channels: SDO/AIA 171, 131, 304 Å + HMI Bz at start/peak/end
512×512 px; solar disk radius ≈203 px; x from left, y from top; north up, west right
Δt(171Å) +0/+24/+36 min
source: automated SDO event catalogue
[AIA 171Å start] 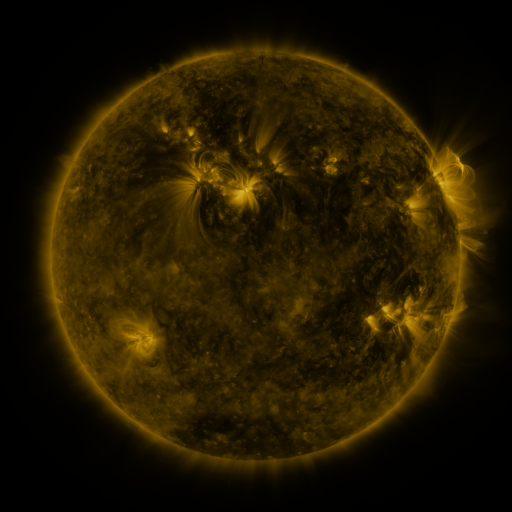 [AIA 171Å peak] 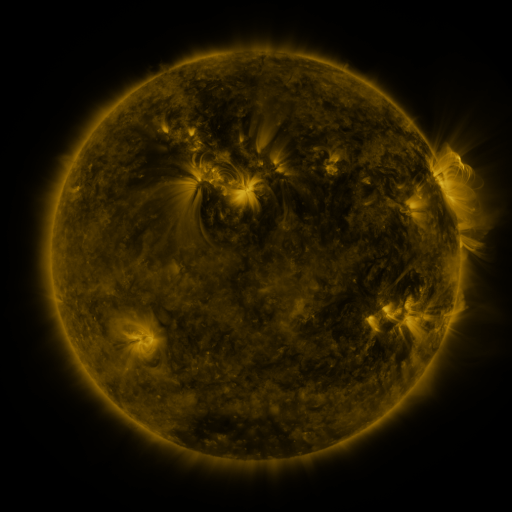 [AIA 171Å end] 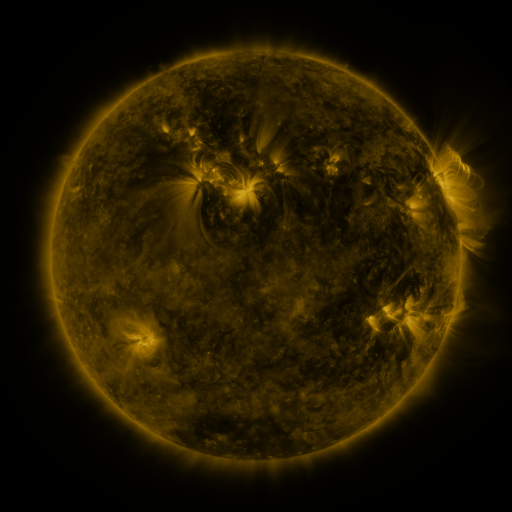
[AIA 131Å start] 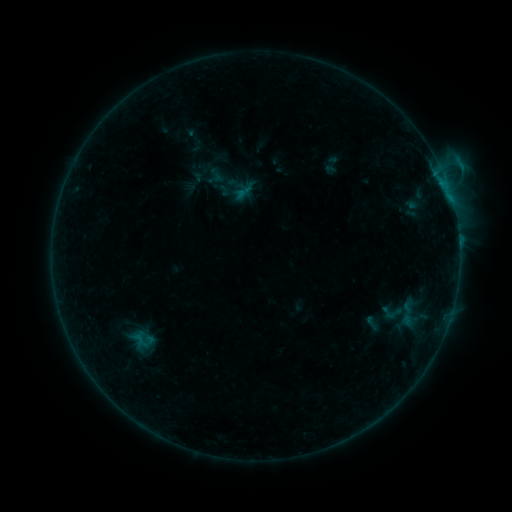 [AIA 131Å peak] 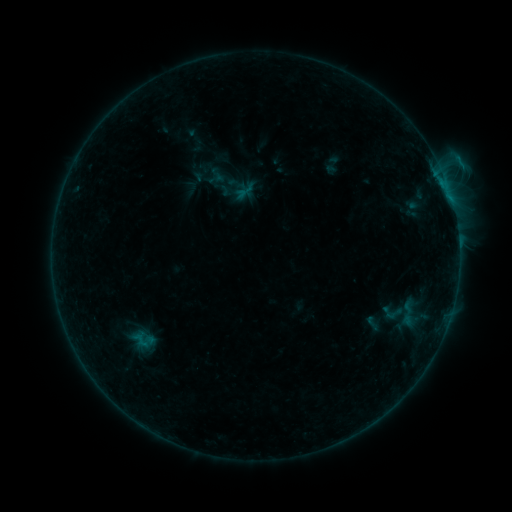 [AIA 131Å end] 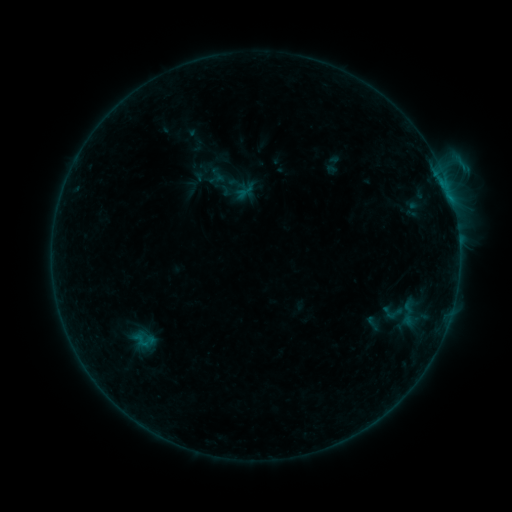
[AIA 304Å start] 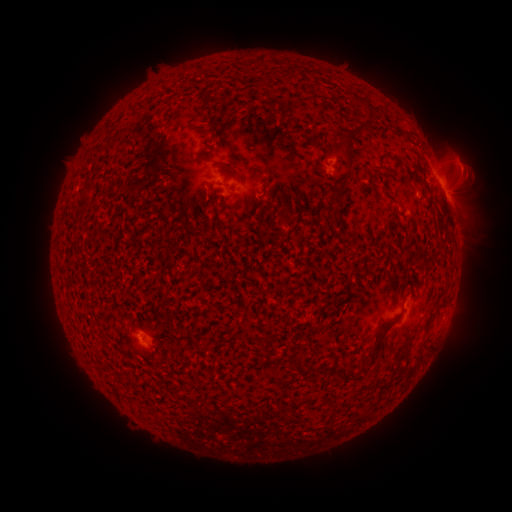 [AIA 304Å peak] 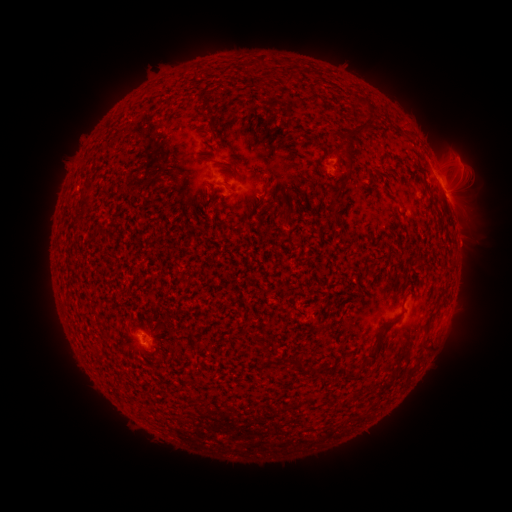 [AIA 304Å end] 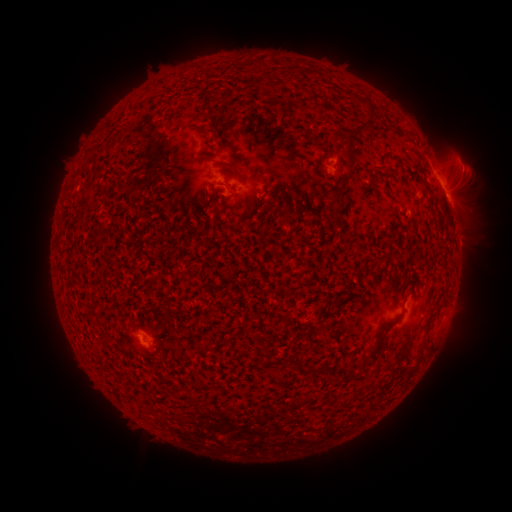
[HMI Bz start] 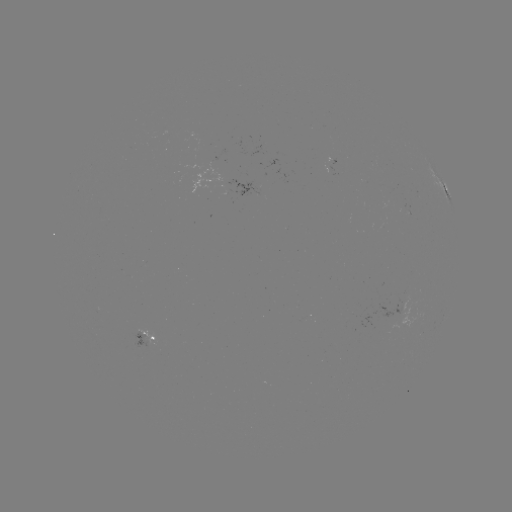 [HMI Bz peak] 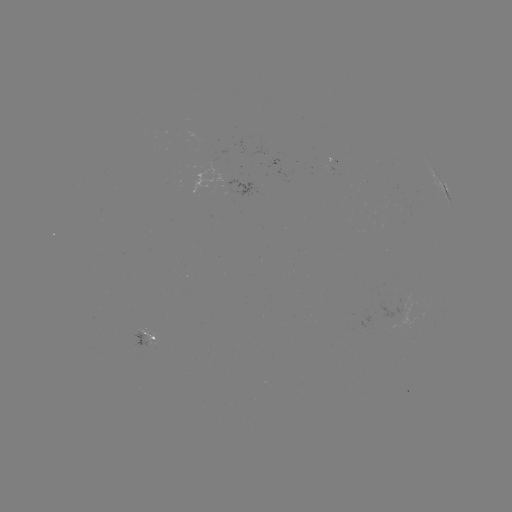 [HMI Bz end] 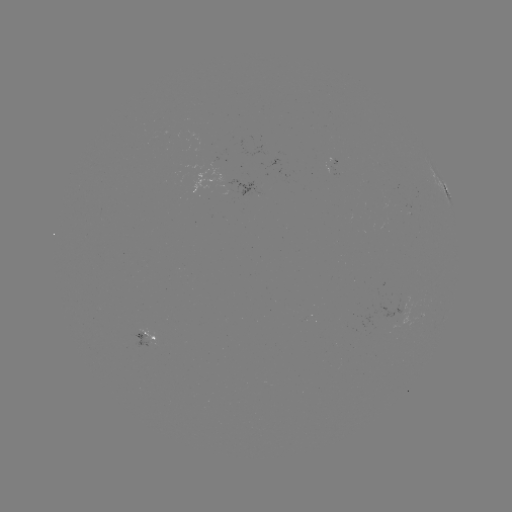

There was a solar emerging-flux region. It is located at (143, 339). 